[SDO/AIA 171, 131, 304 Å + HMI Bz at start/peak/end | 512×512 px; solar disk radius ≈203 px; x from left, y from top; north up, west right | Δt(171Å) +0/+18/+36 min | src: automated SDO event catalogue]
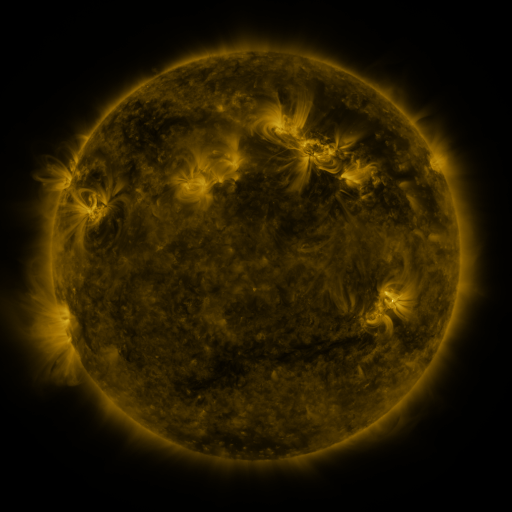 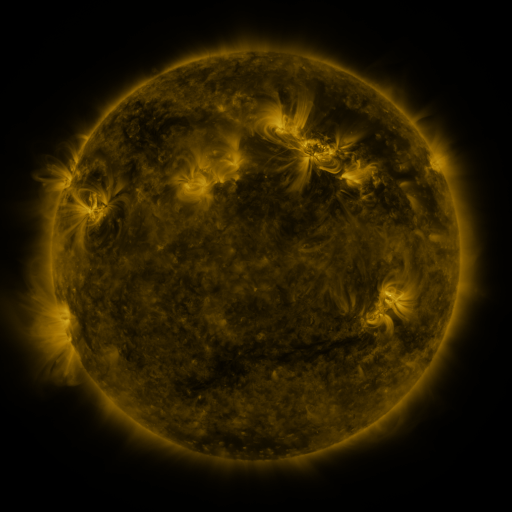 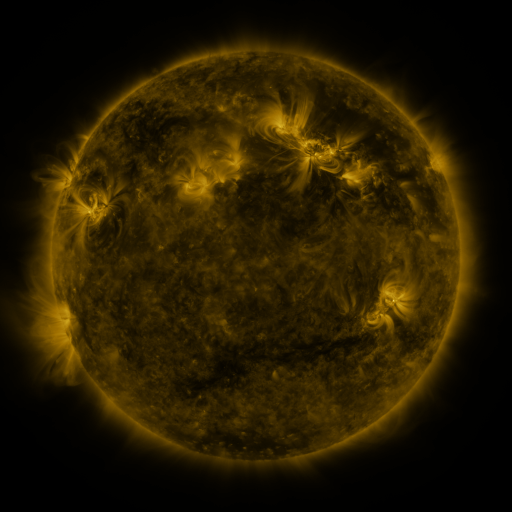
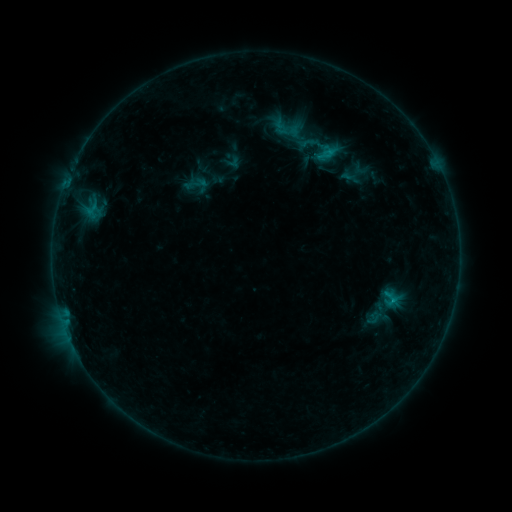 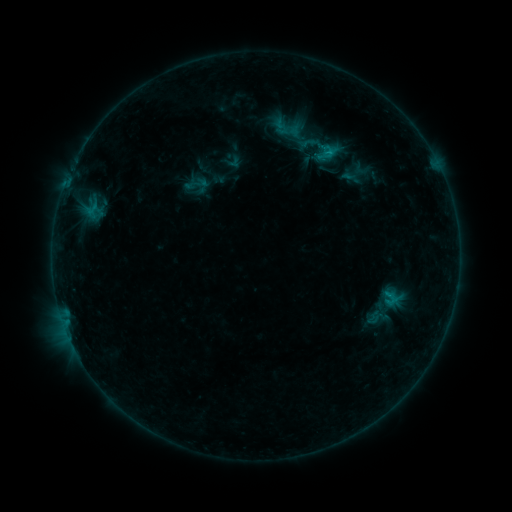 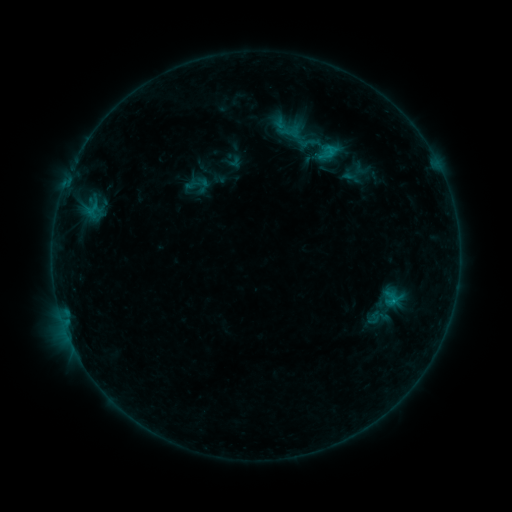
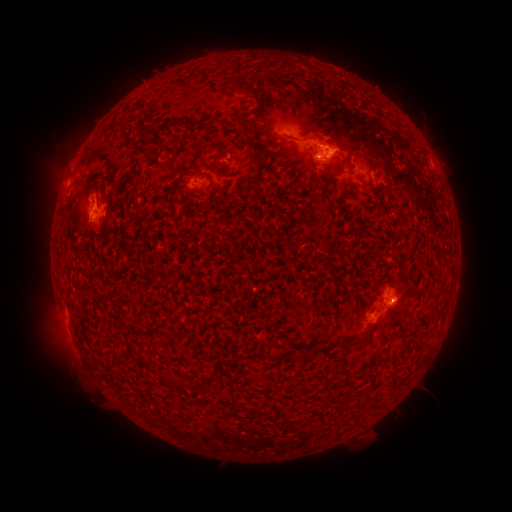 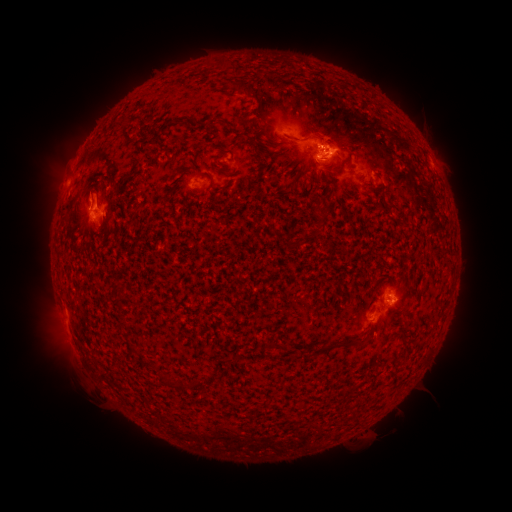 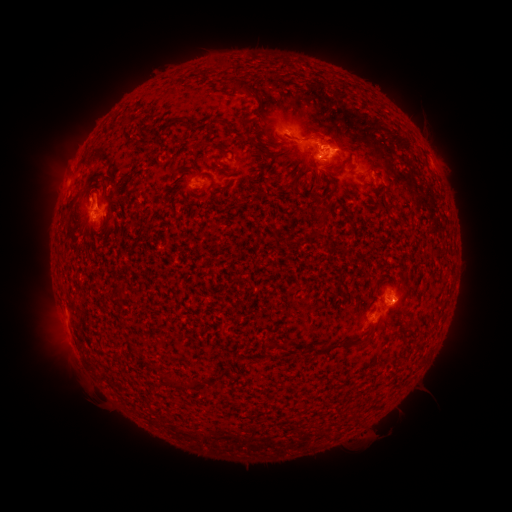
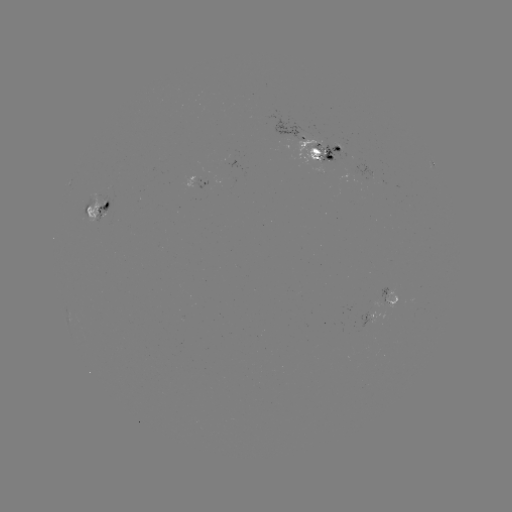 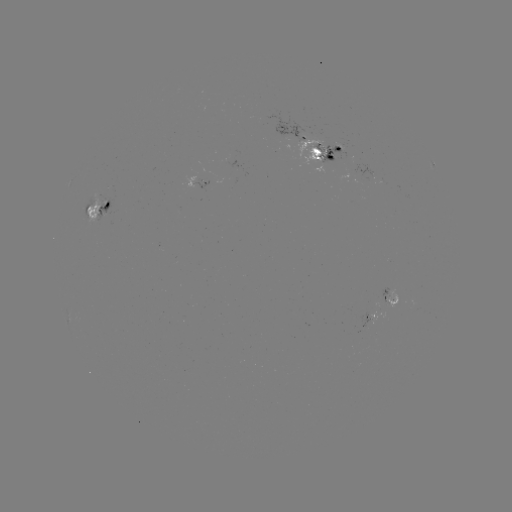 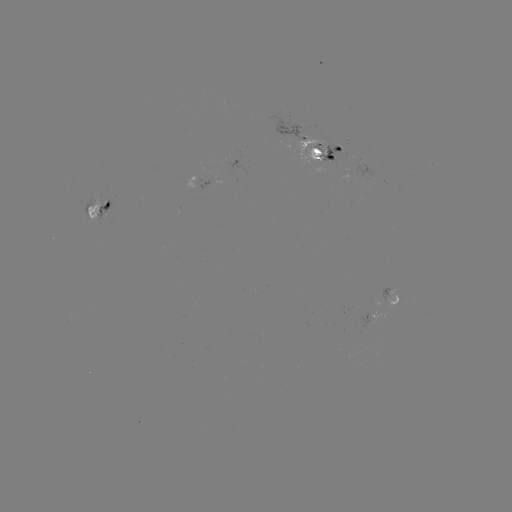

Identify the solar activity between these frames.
emerging-flux region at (91, 201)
